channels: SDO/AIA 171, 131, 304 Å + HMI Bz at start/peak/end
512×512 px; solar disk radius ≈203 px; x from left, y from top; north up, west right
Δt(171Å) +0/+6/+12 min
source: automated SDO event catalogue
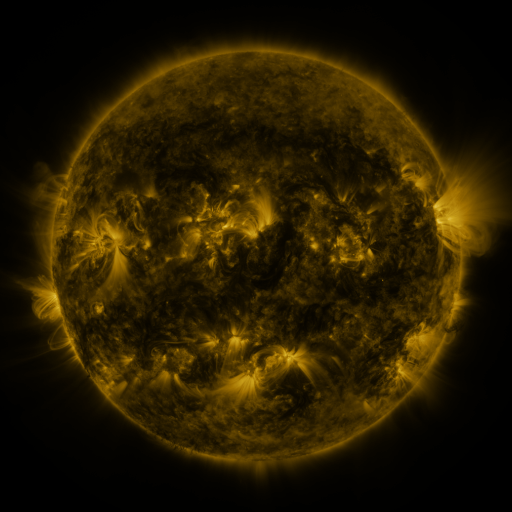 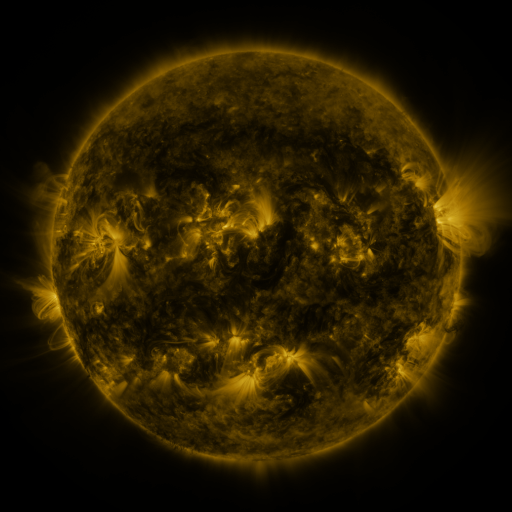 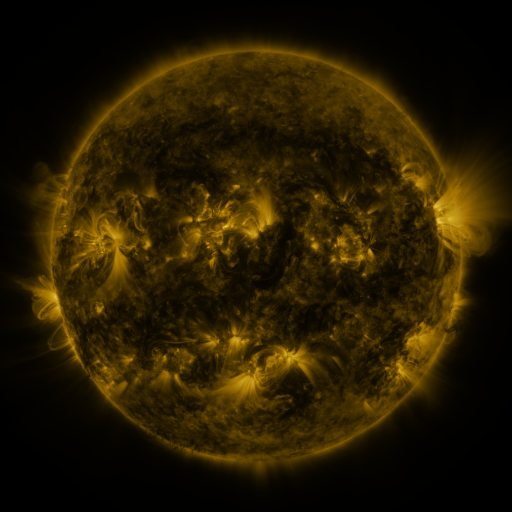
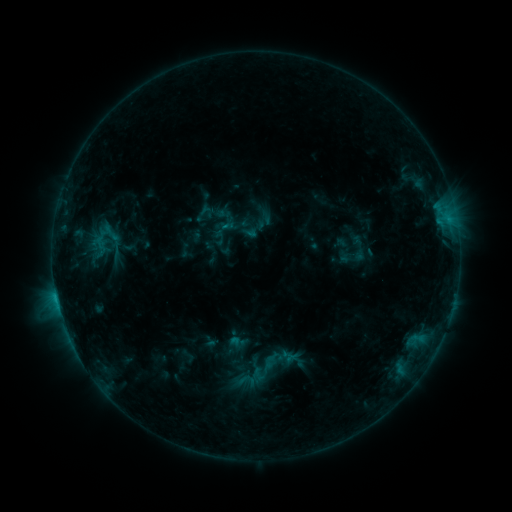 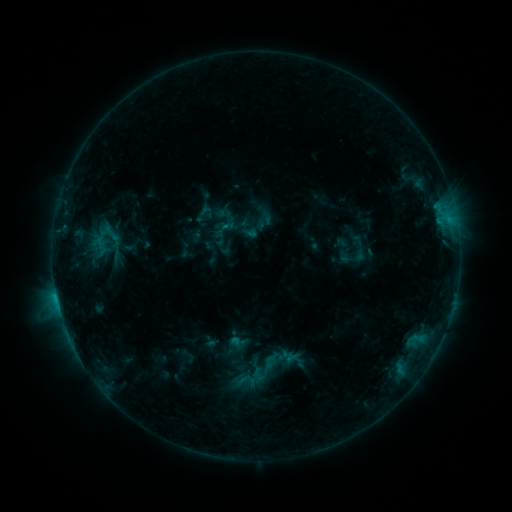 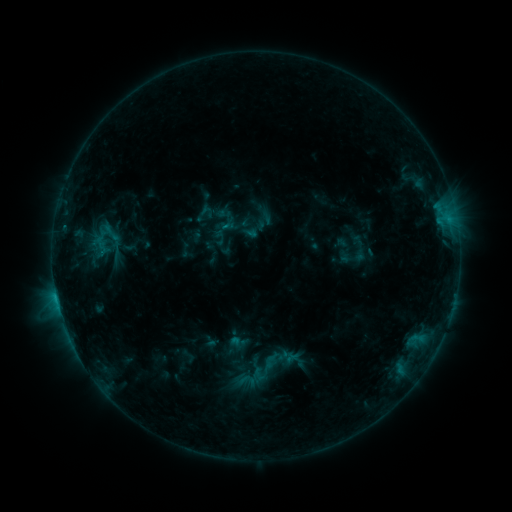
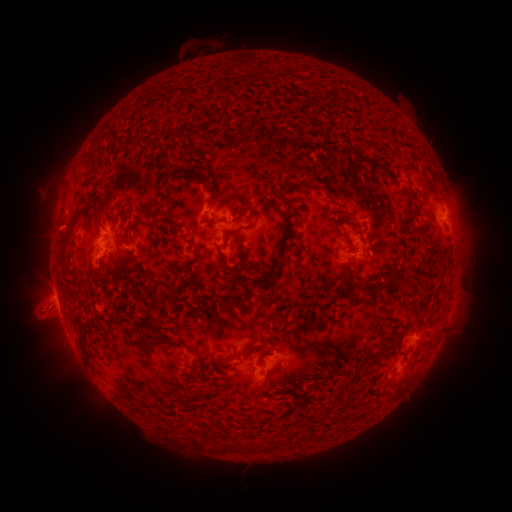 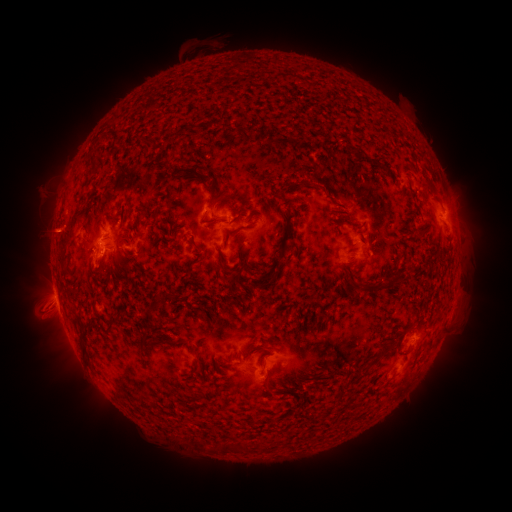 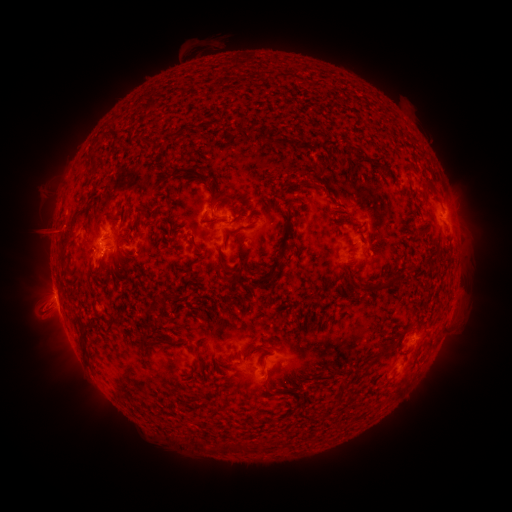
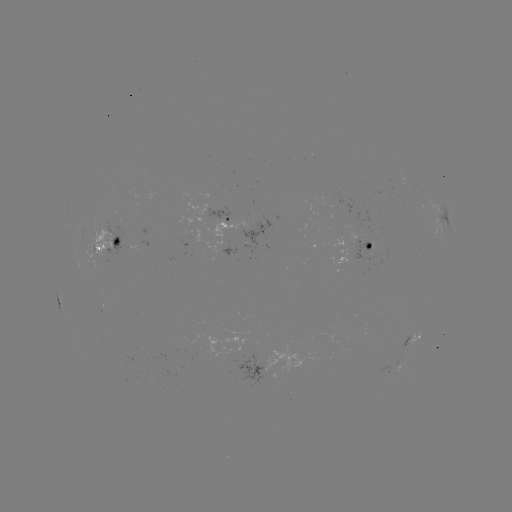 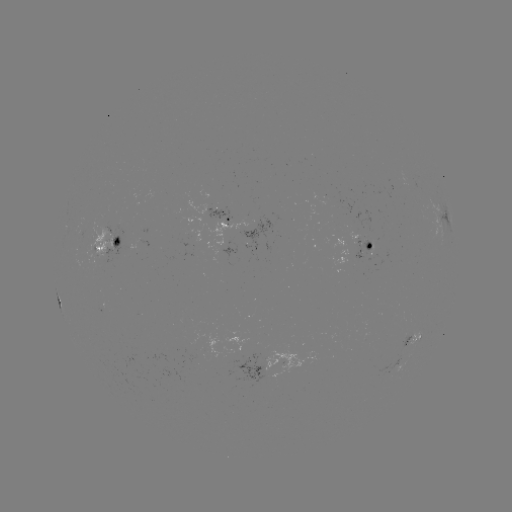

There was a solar eruption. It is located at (51, 231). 